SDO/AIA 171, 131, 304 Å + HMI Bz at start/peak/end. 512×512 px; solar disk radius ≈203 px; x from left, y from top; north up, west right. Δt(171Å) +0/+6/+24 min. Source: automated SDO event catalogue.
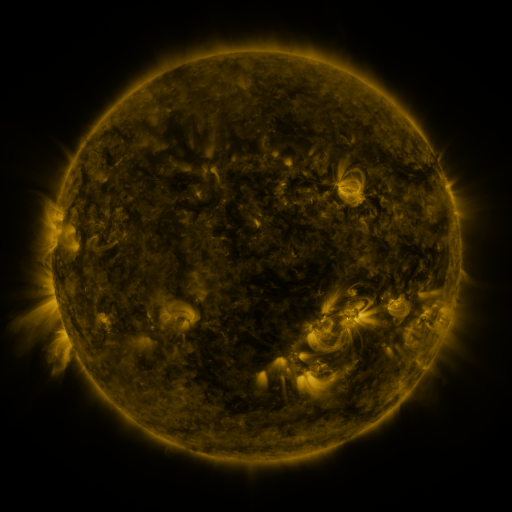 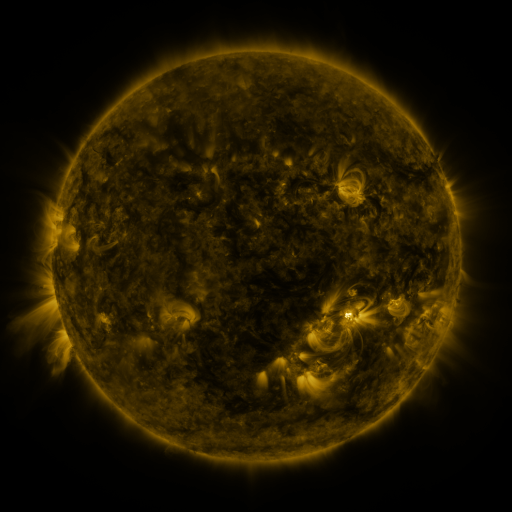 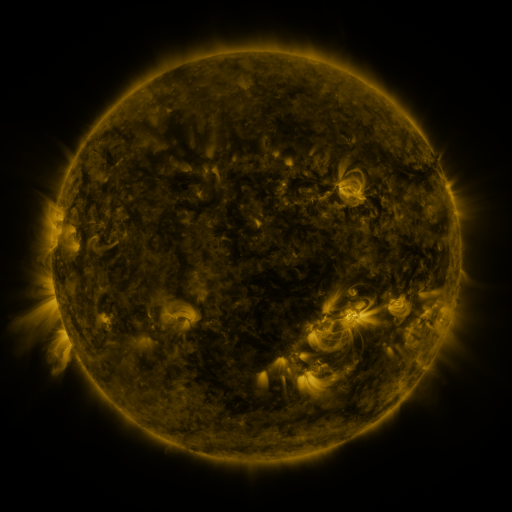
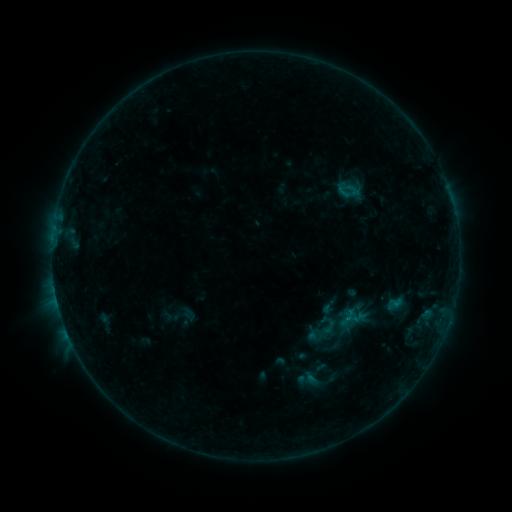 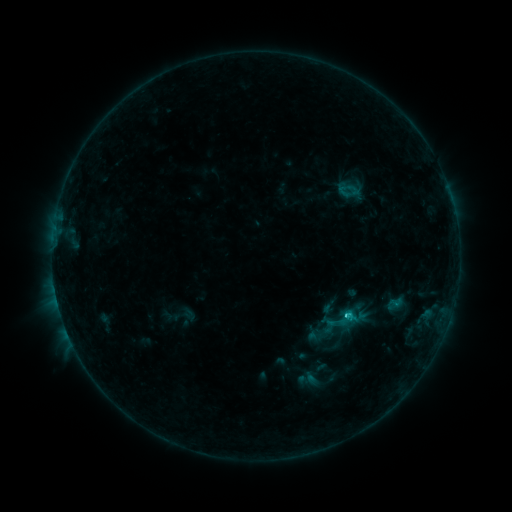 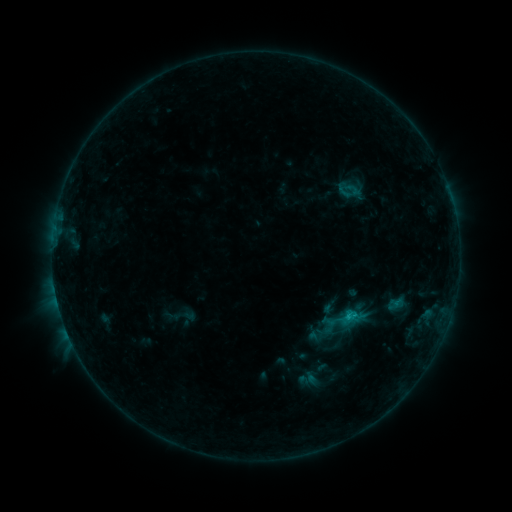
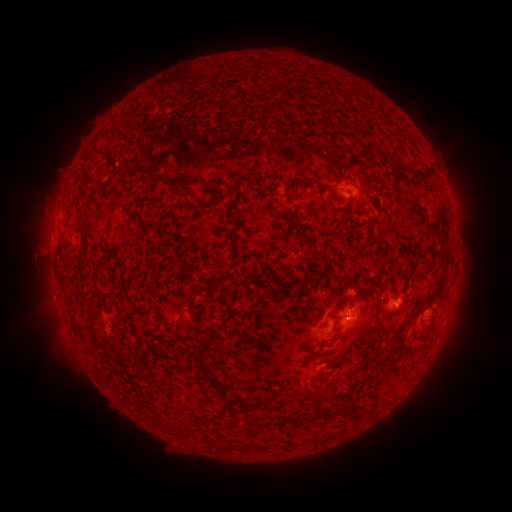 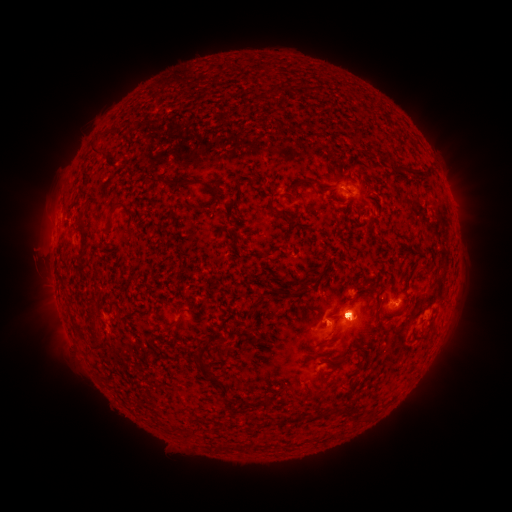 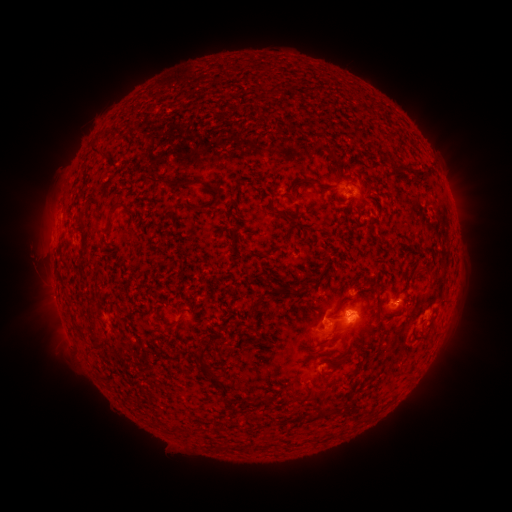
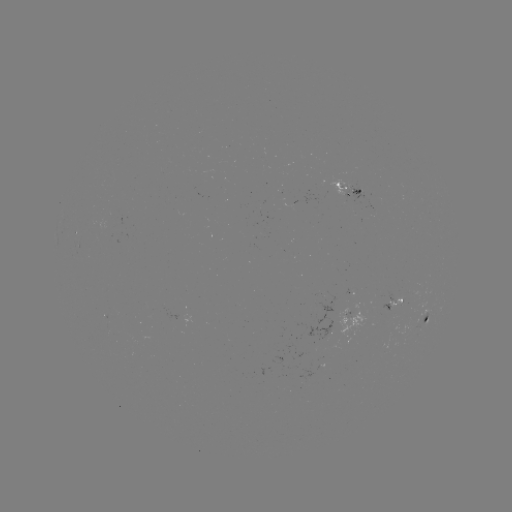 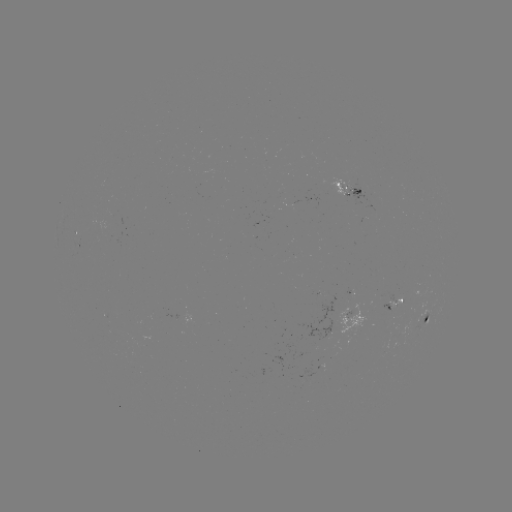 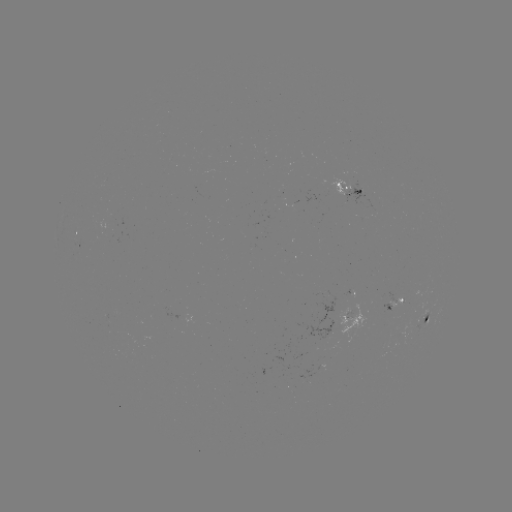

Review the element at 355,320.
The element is eruption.